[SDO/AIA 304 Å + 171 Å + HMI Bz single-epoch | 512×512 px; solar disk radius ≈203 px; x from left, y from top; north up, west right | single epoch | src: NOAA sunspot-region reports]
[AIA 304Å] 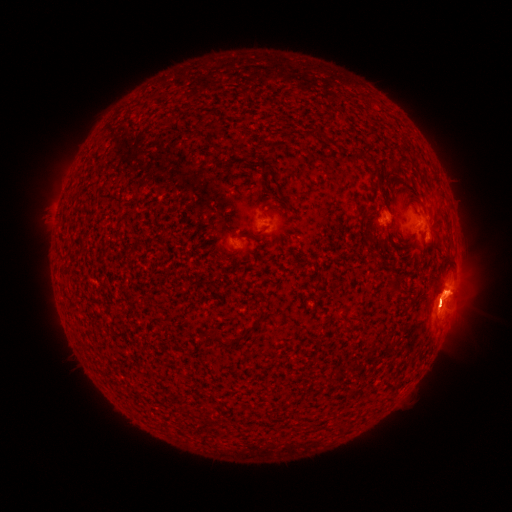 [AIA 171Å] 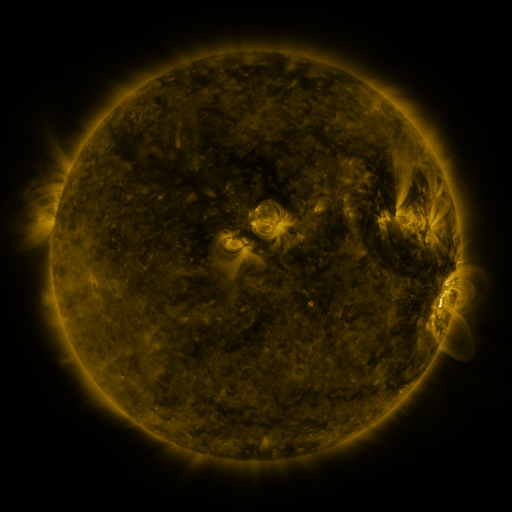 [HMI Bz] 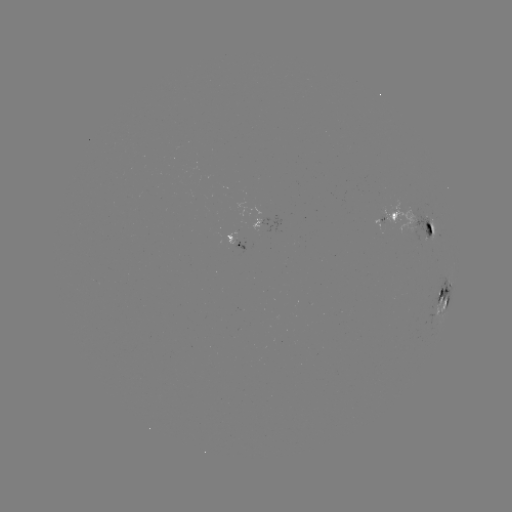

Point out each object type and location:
spotted active region: (262, 221)
spotted active region: (385, 222)
spotted active region: (416, 225)
spotted active region: (238, 242)
spotted active region: (444, 296)
